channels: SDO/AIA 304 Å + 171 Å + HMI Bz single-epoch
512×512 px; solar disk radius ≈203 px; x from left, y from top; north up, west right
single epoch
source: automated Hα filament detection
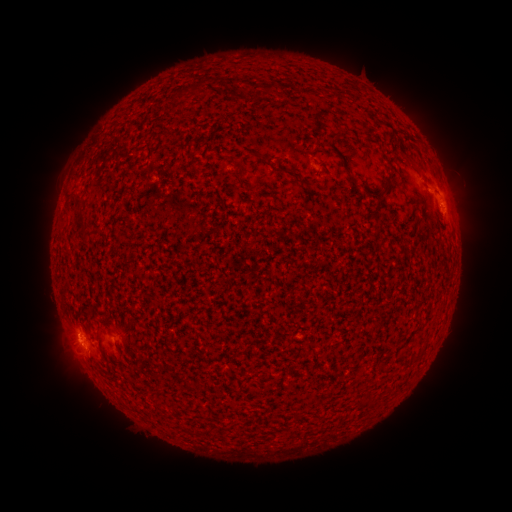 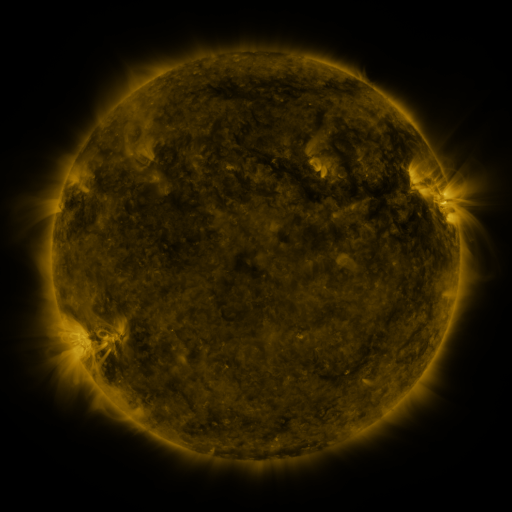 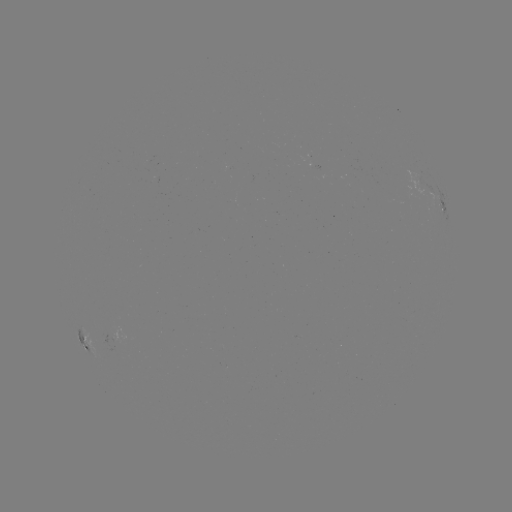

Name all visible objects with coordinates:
filament: [256, 83, 276, 98]
filament: [249, 150, 262, 159]
filament: [405, 155, 414, 165]
filament: [383, 177, 393, 195]
filament: [75, 209, 87, 227]
